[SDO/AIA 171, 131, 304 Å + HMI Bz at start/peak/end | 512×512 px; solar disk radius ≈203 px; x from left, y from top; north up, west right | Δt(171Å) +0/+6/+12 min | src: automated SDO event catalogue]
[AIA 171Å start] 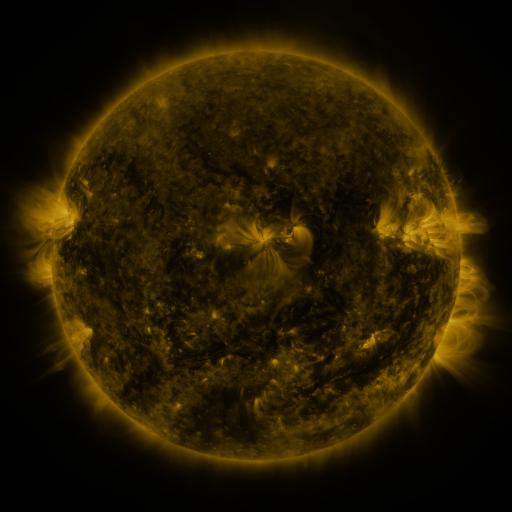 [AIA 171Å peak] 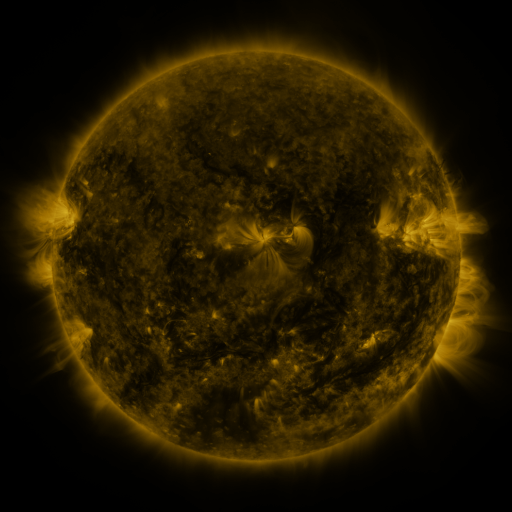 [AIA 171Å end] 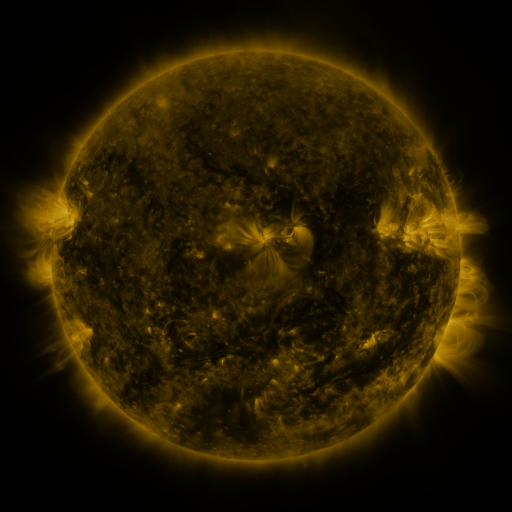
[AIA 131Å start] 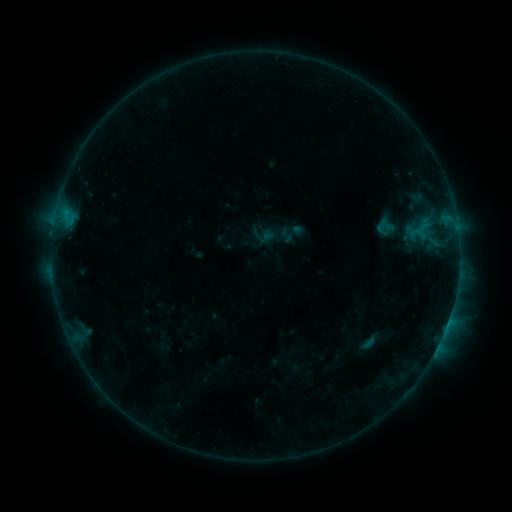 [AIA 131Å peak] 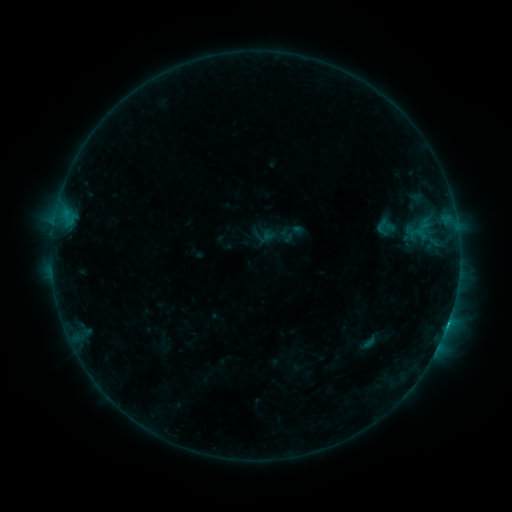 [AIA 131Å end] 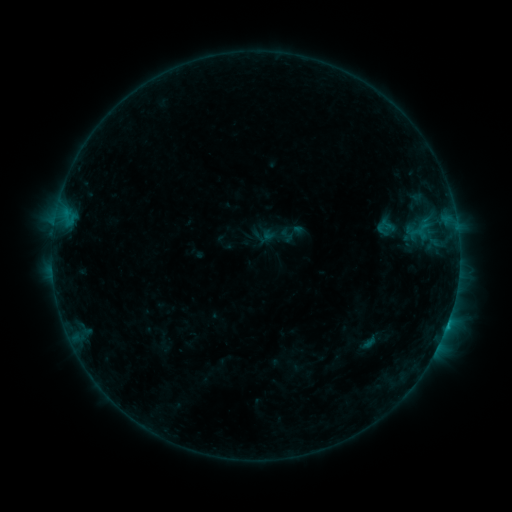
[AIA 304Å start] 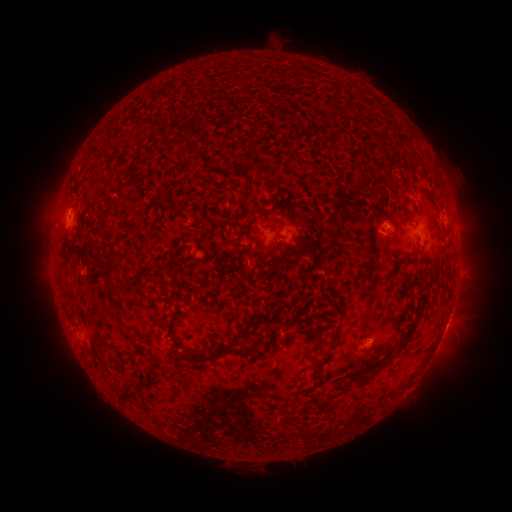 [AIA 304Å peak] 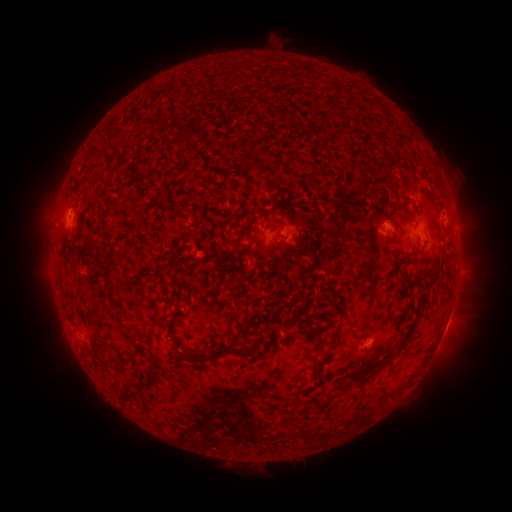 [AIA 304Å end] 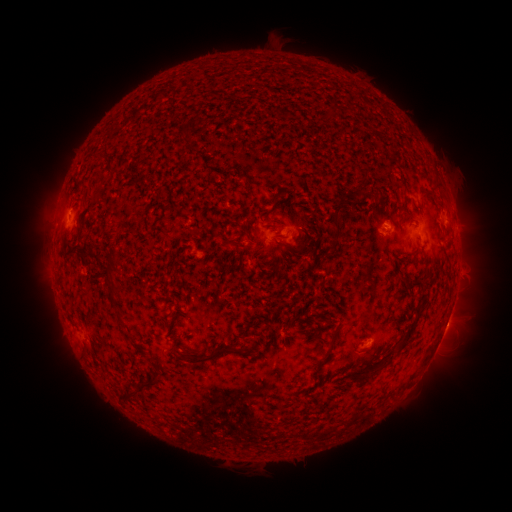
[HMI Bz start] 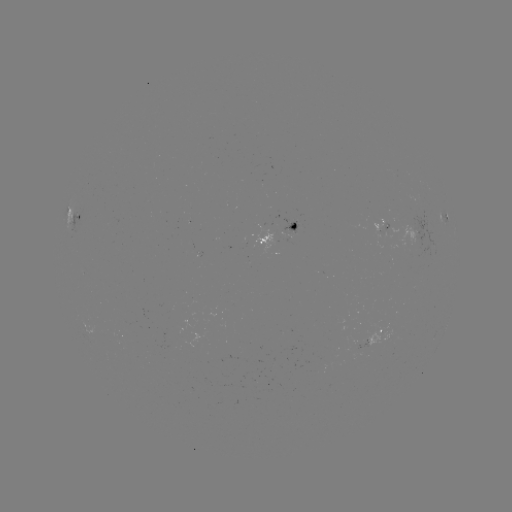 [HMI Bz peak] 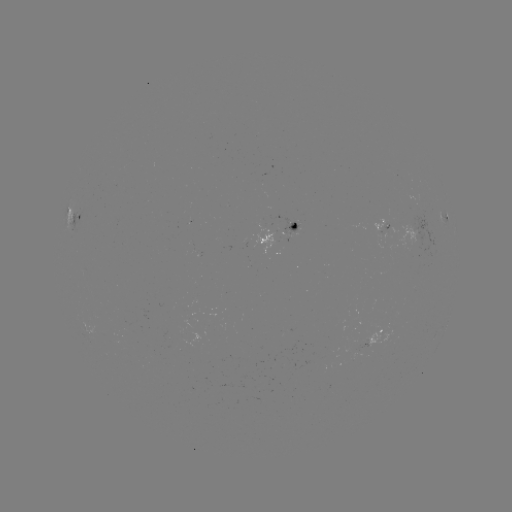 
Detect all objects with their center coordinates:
B7.9 flare: (447, 322)
